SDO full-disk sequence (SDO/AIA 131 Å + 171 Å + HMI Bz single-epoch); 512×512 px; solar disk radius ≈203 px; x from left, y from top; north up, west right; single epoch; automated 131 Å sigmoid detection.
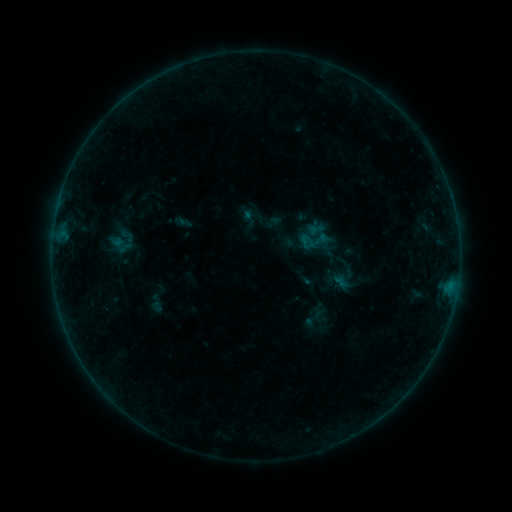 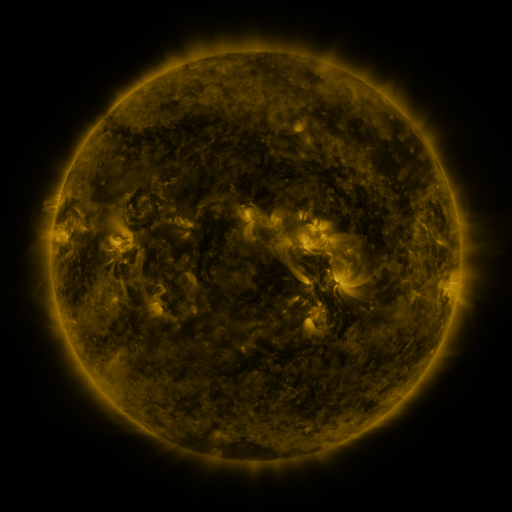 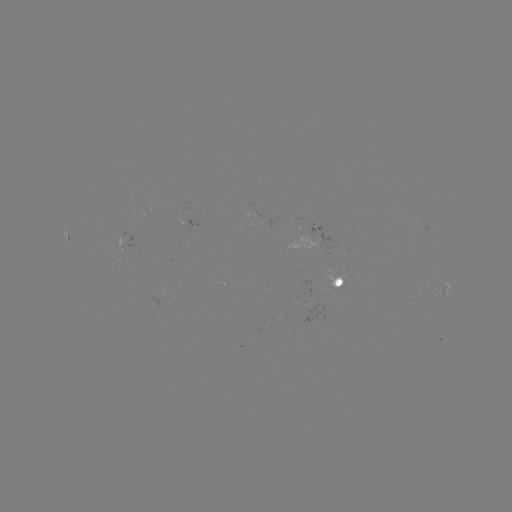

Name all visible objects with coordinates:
sigmoid: (315, 241)
sigmoid: (313, 319)
